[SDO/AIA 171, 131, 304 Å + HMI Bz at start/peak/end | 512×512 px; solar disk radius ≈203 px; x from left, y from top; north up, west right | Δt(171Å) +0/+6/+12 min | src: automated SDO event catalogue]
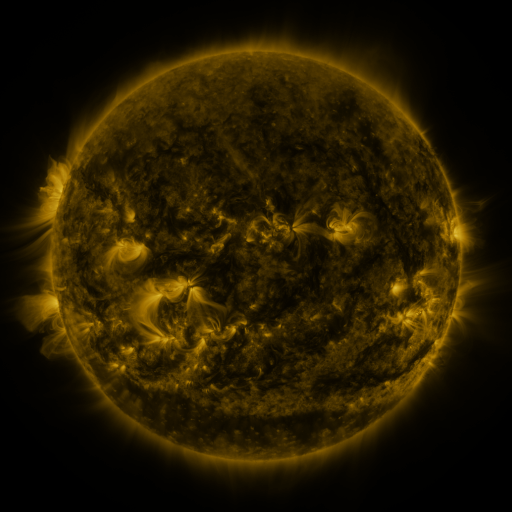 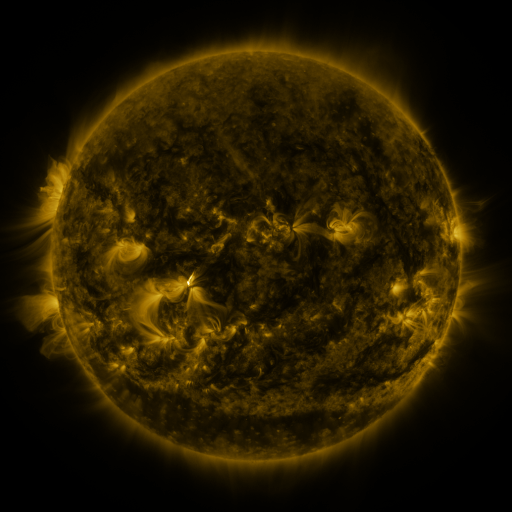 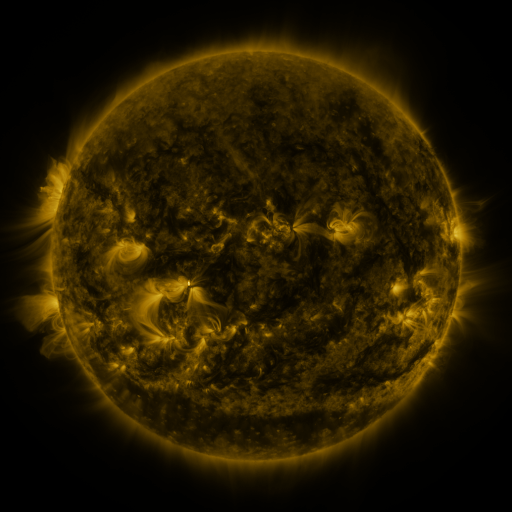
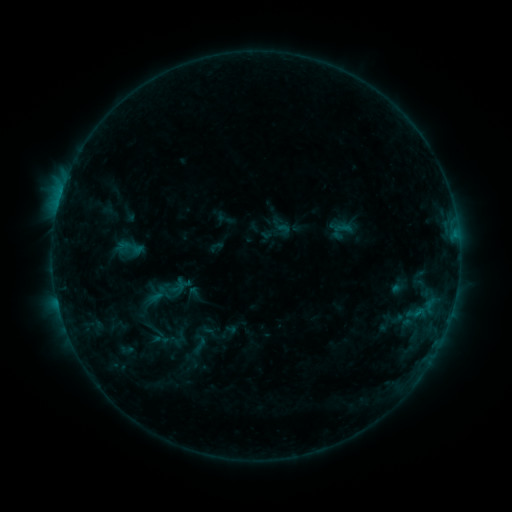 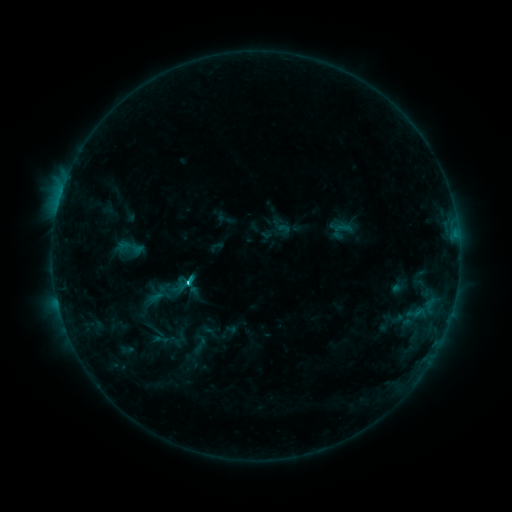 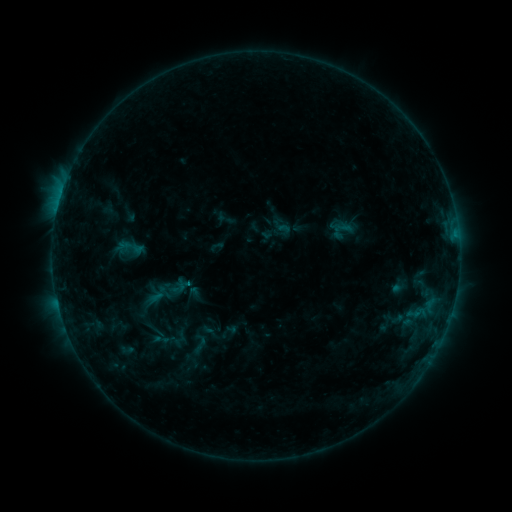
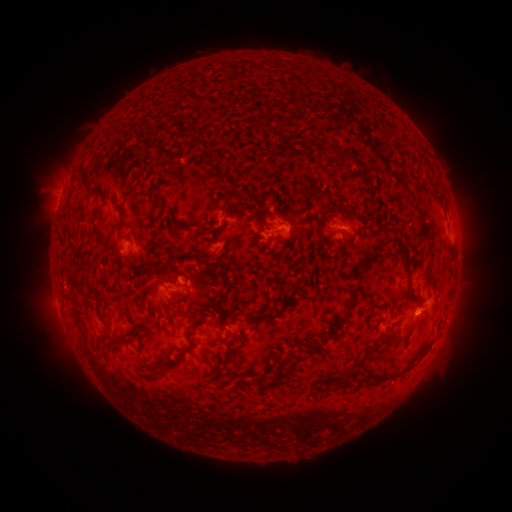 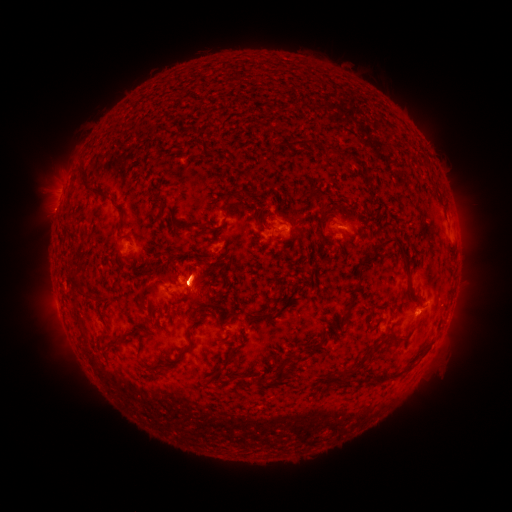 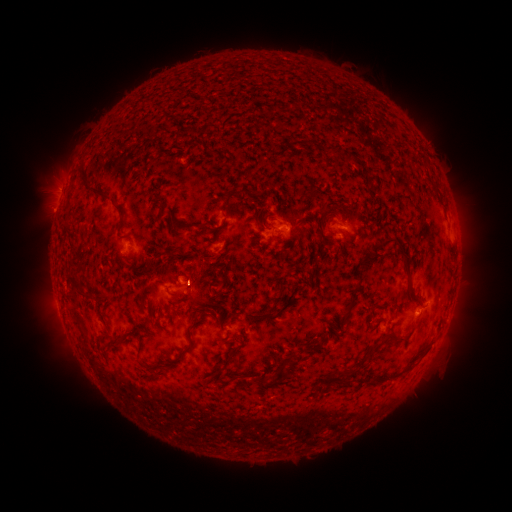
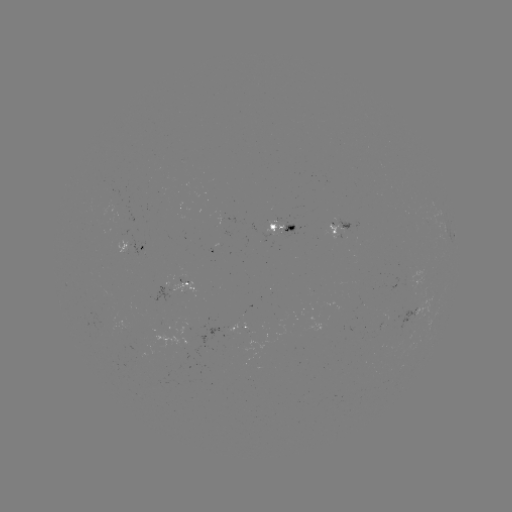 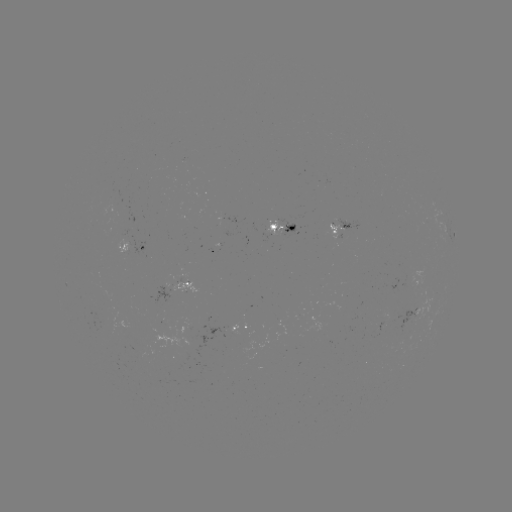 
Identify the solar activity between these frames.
C1.4 flare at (189, 280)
